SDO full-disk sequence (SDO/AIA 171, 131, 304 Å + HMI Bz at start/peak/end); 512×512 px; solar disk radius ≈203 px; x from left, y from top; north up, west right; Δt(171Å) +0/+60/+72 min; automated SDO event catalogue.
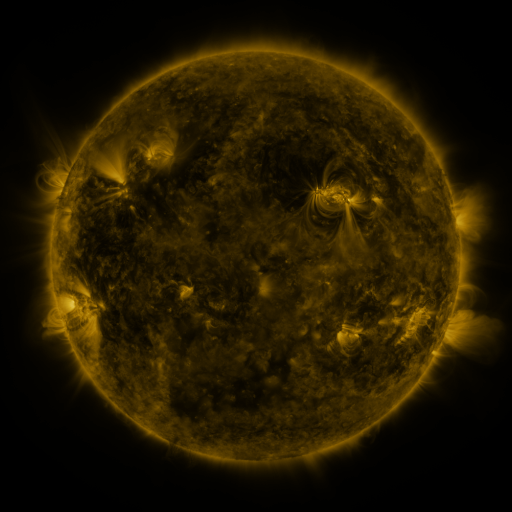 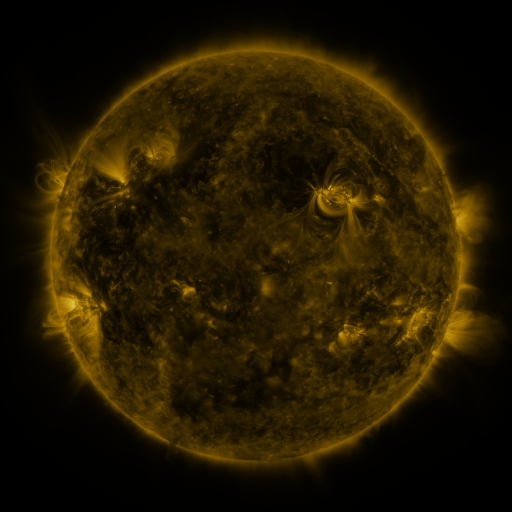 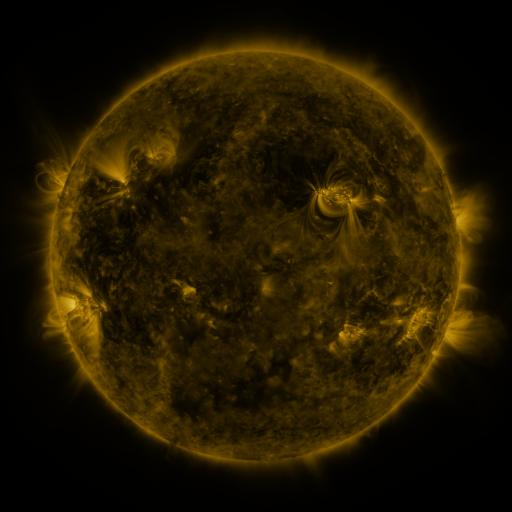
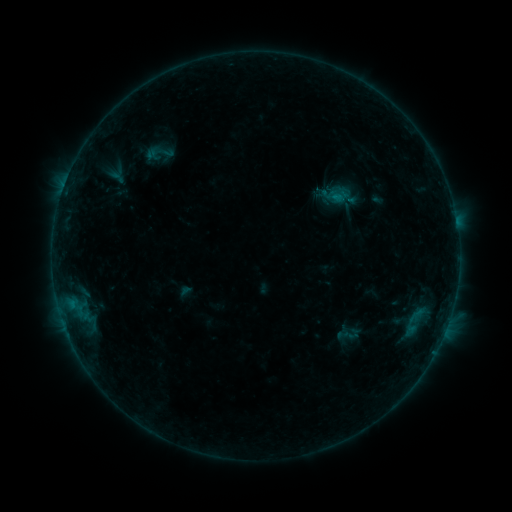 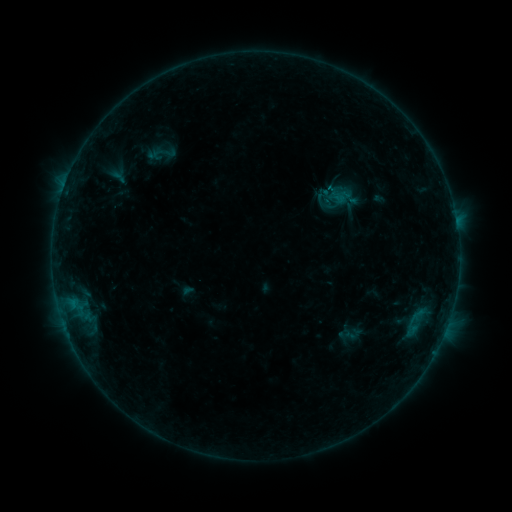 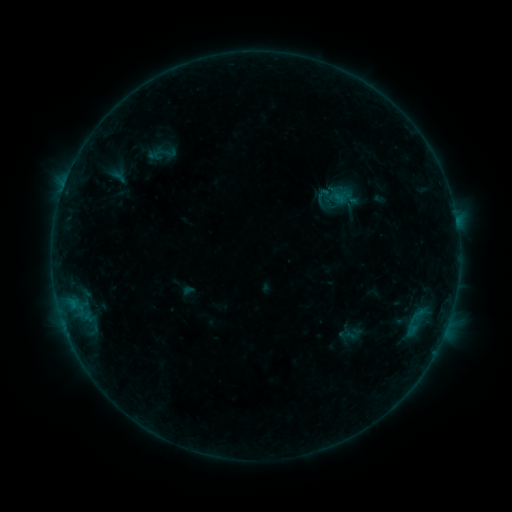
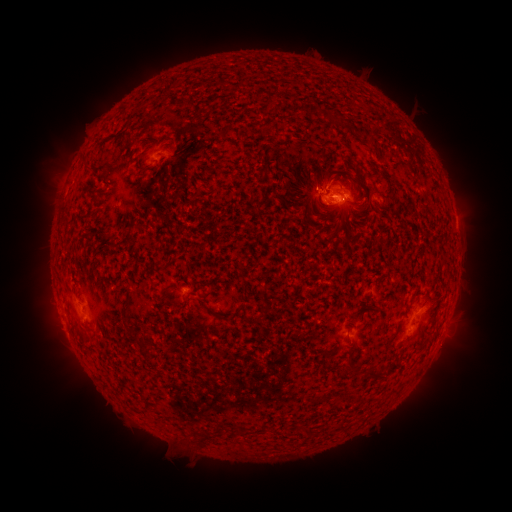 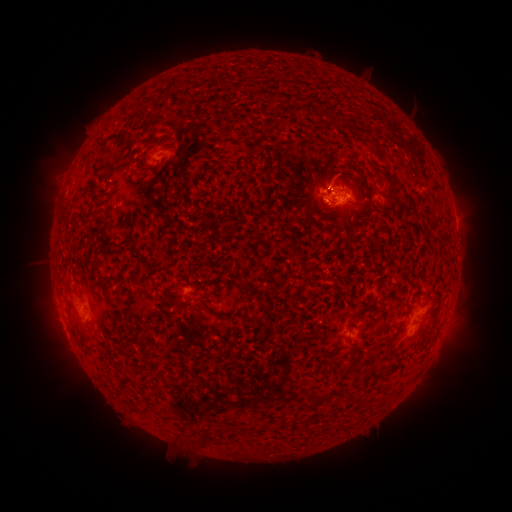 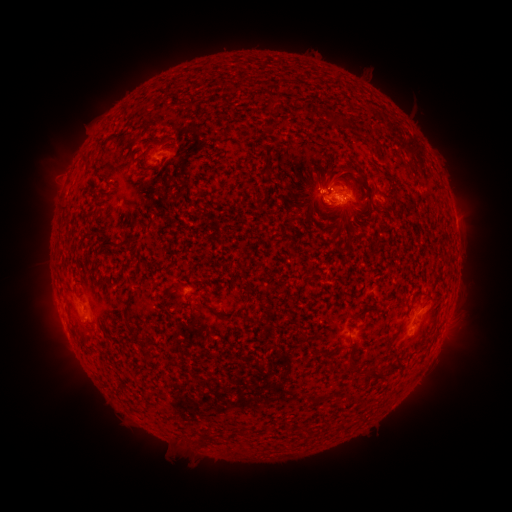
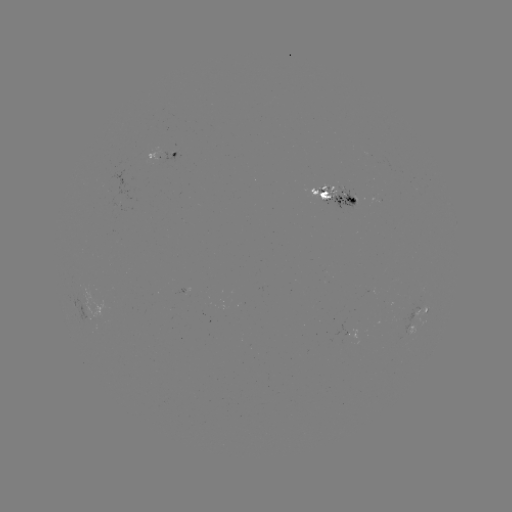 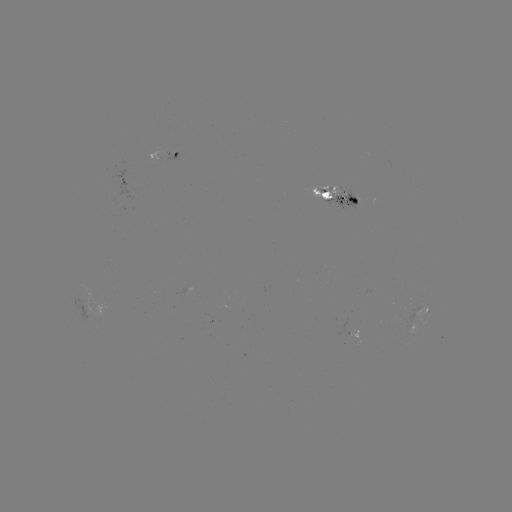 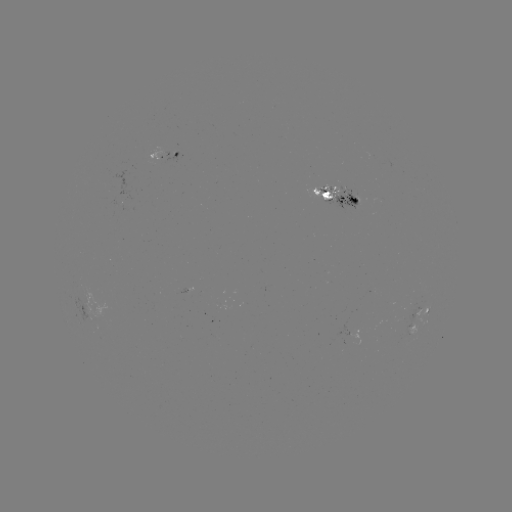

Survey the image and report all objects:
emerging-flux region: (411, 308)
